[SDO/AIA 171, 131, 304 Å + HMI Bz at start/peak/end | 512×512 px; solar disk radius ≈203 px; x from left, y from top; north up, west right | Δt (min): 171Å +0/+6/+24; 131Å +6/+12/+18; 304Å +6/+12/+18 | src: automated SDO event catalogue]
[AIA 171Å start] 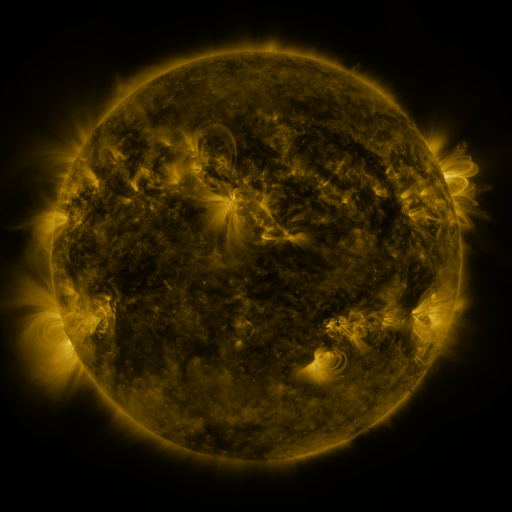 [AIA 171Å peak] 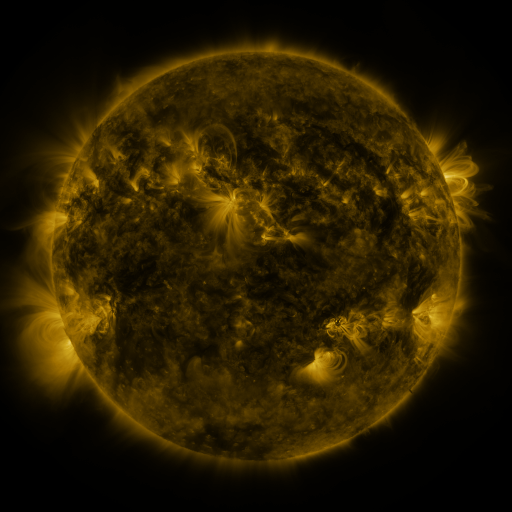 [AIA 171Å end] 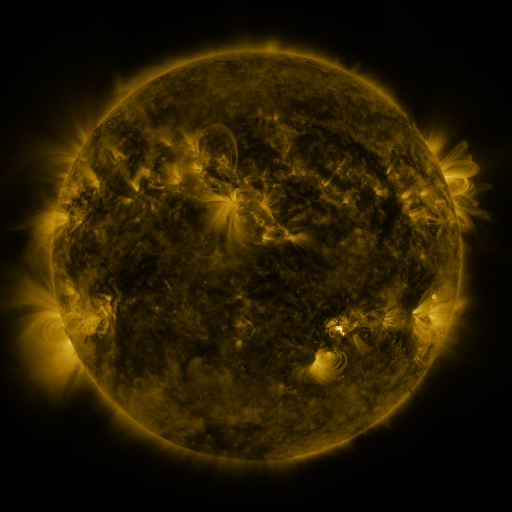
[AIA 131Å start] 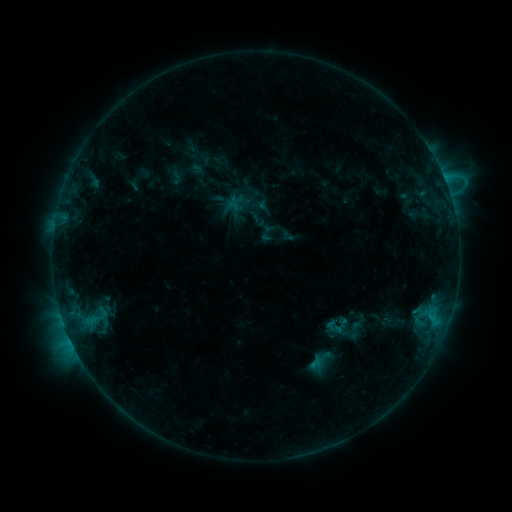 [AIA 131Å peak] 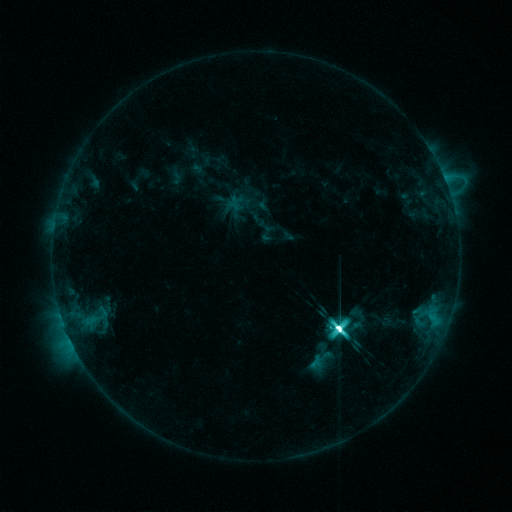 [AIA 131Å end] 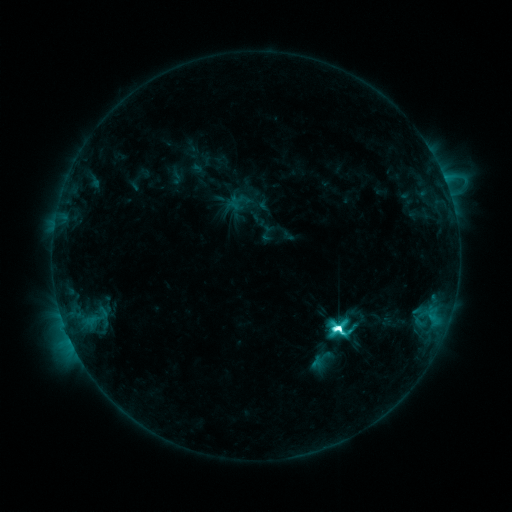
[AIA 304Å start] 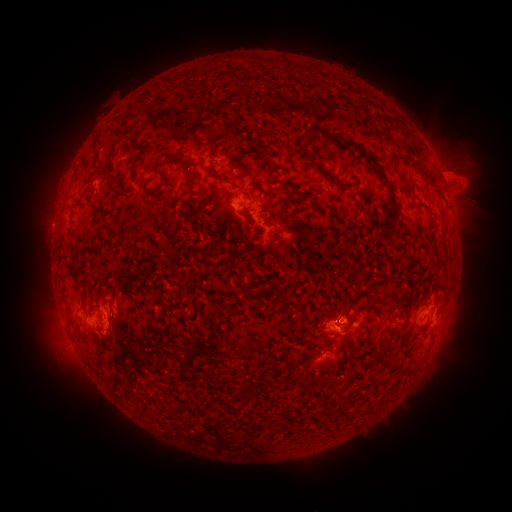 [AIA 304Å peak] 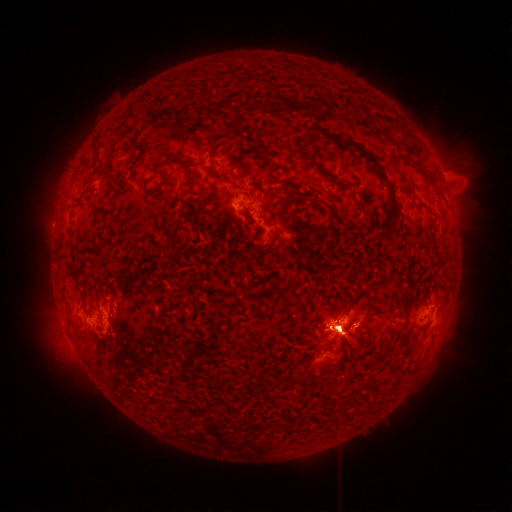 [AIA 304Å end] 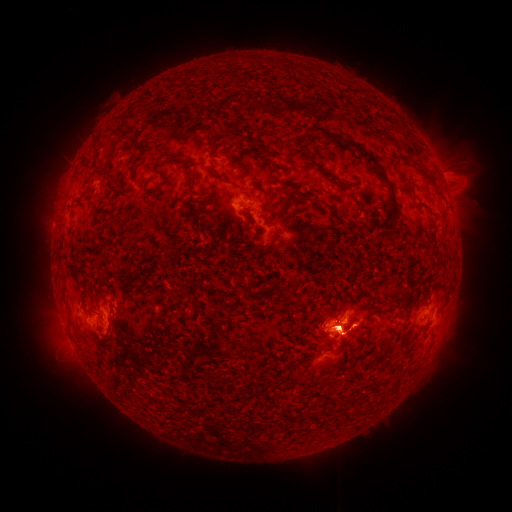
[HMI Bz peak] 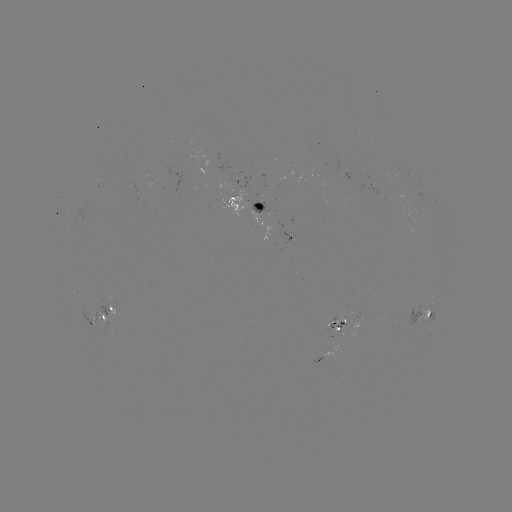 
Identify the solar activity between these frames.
M4.0 flare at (338, 325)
